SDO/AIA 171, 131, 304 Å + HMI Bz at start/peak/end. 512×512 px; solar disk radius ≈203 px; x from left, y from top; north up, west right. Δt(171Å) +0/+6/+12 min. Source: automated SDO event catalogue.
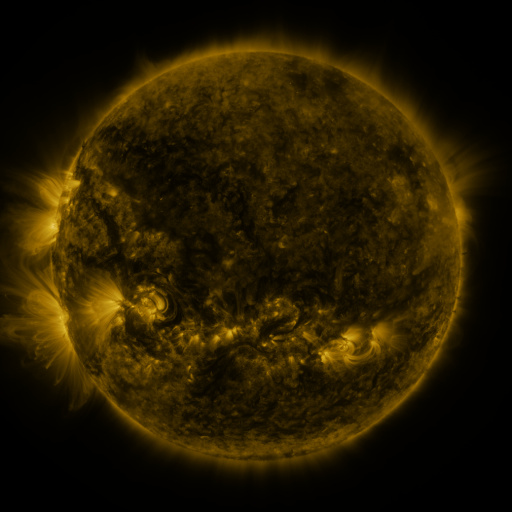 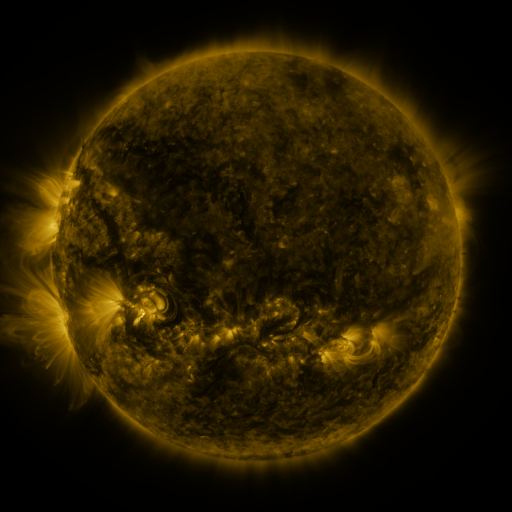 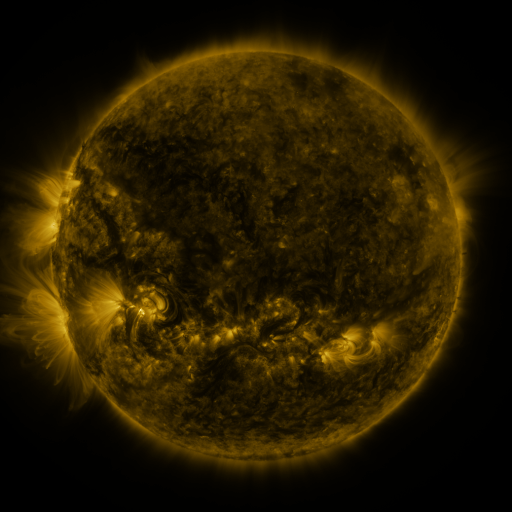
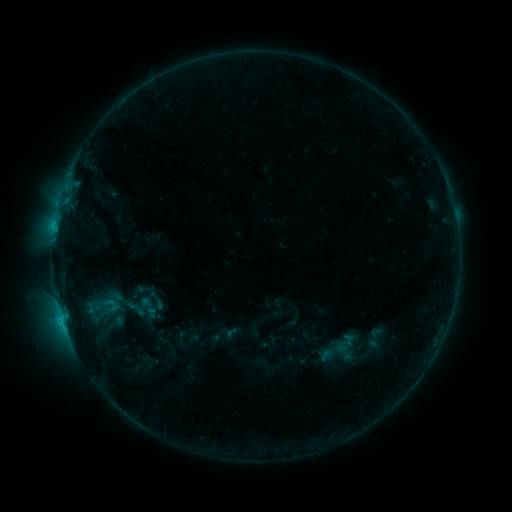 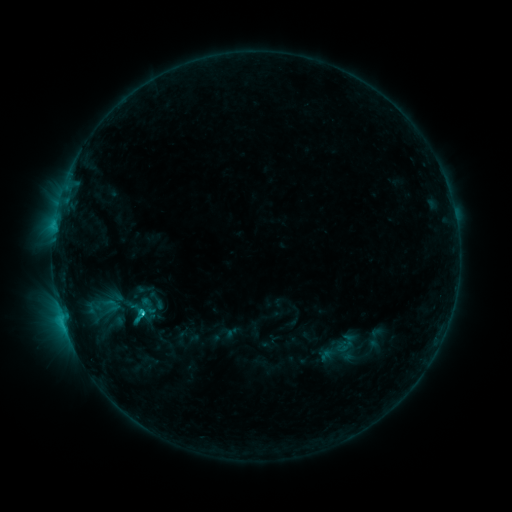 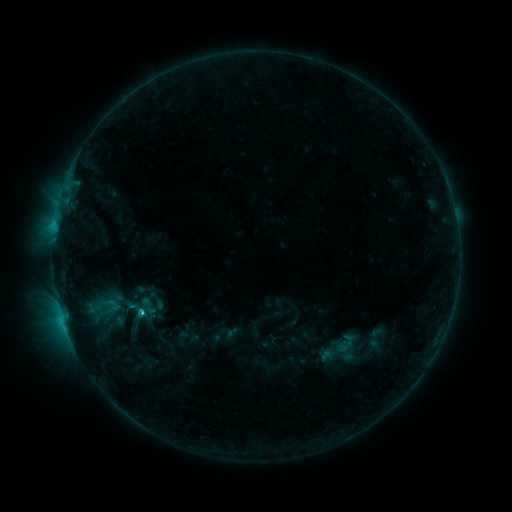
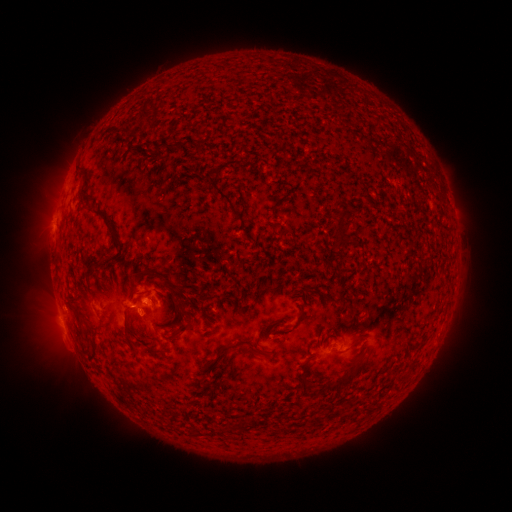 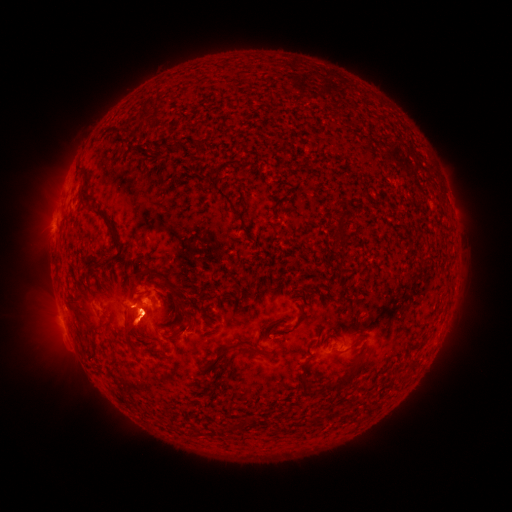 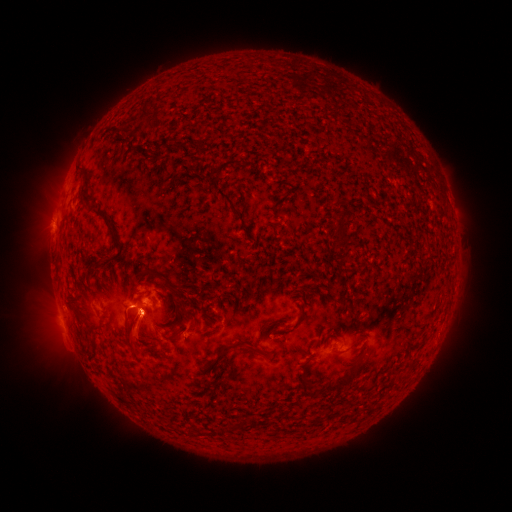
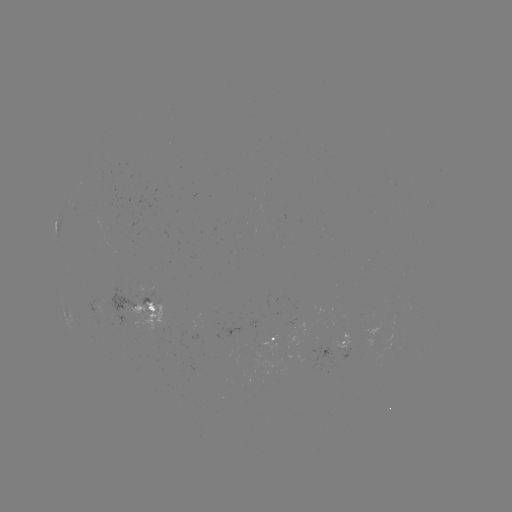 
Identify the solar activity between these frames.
C1.3 flare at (144, 311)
